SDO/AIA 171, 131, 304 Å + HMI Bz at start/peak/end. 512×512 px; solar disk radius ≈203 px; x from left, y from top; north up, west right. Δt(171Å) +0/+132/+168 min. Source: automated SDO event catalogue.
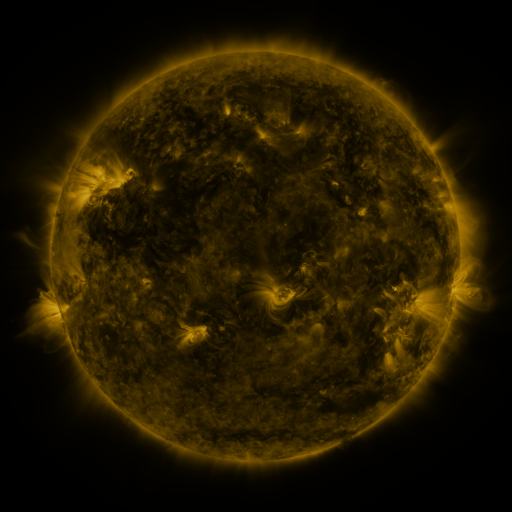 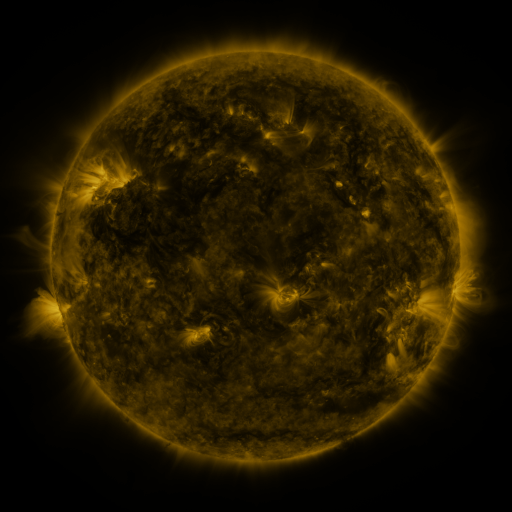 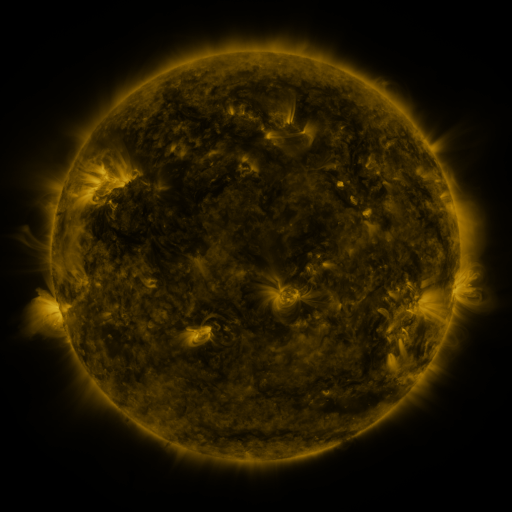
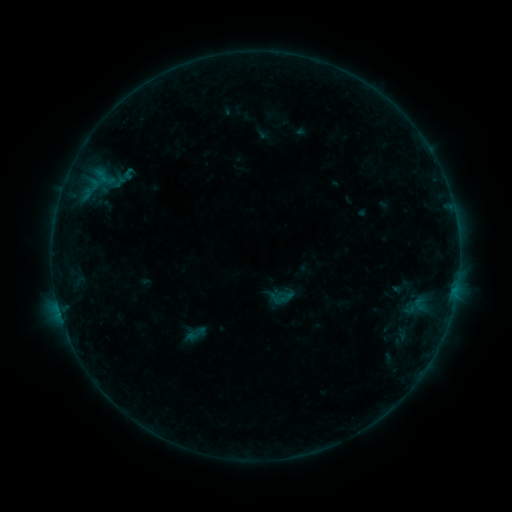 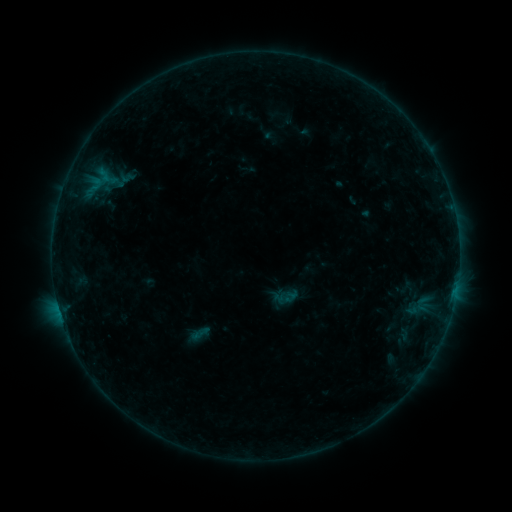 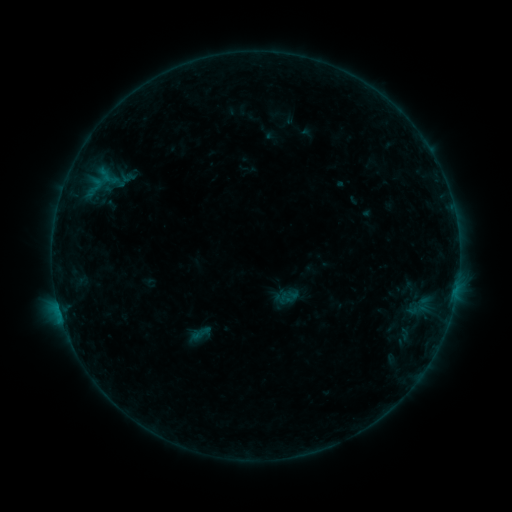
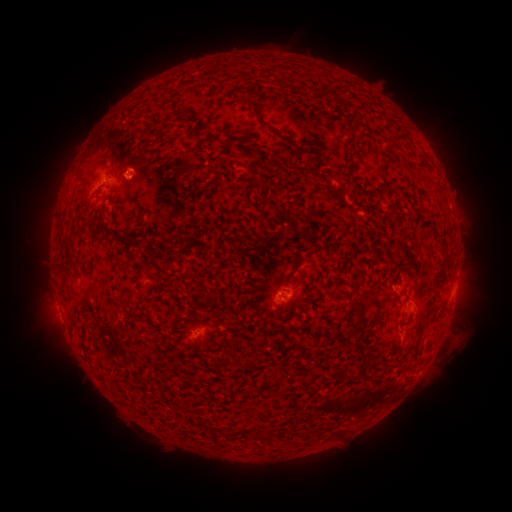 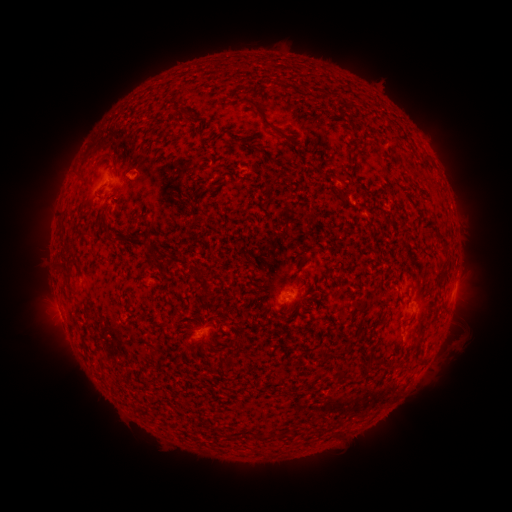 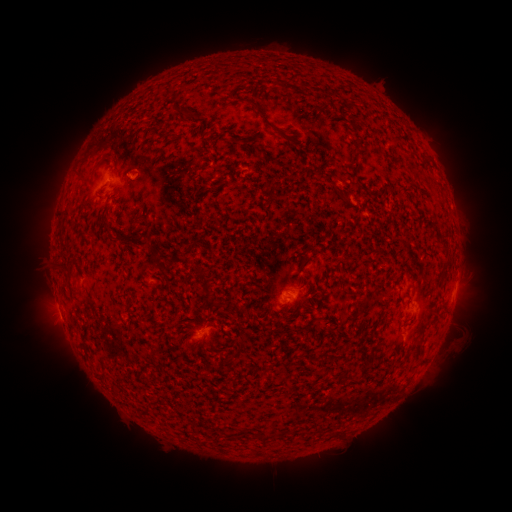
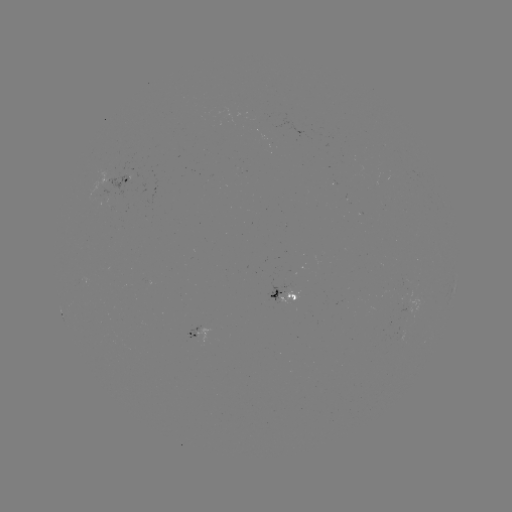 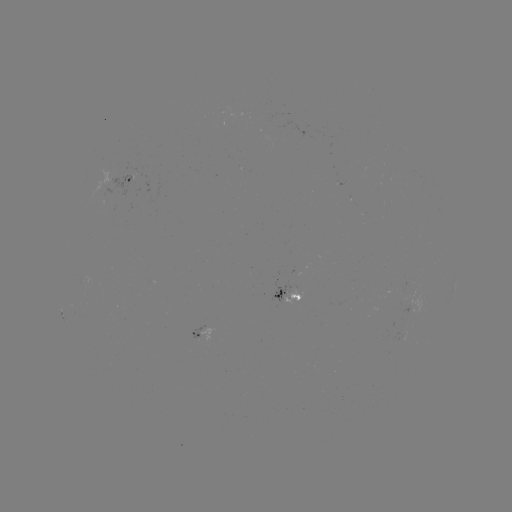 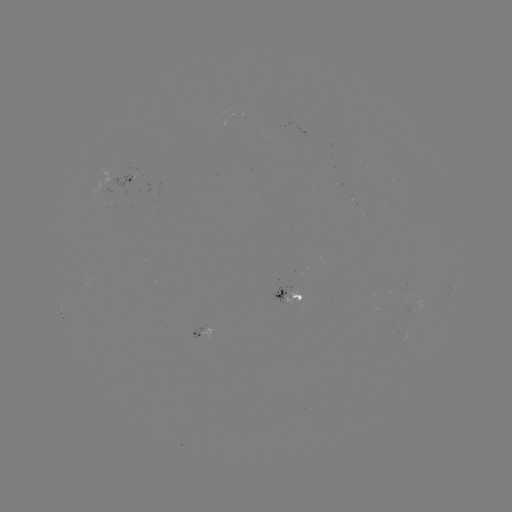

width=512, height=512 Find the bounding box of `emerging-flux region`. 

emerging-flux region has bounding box [283, 283, 304, 307].